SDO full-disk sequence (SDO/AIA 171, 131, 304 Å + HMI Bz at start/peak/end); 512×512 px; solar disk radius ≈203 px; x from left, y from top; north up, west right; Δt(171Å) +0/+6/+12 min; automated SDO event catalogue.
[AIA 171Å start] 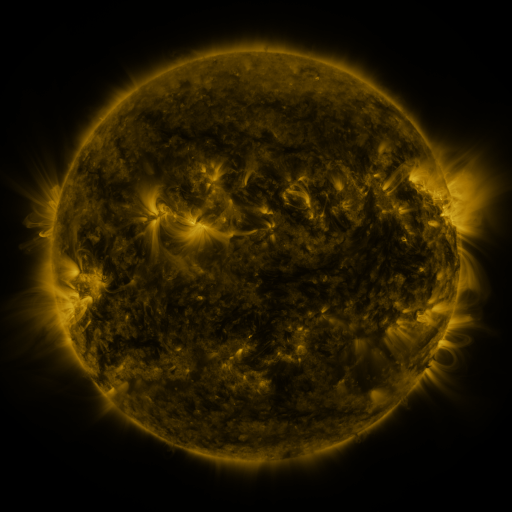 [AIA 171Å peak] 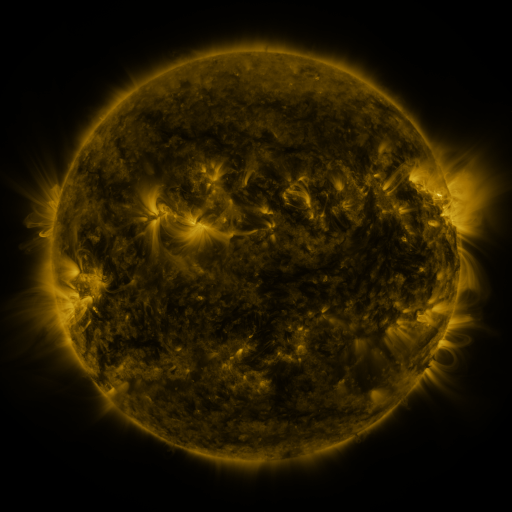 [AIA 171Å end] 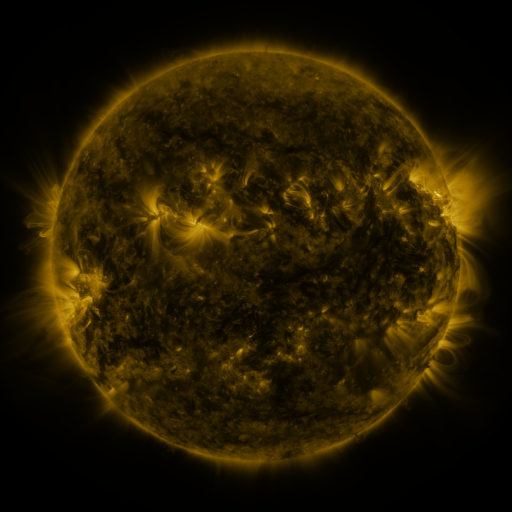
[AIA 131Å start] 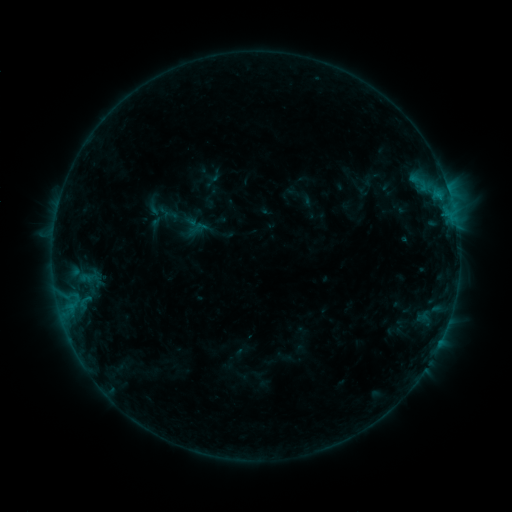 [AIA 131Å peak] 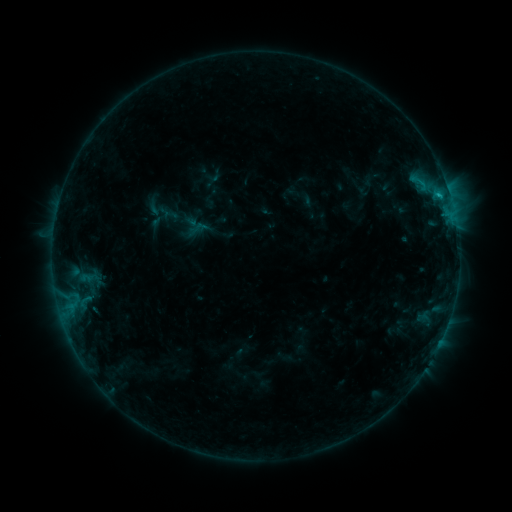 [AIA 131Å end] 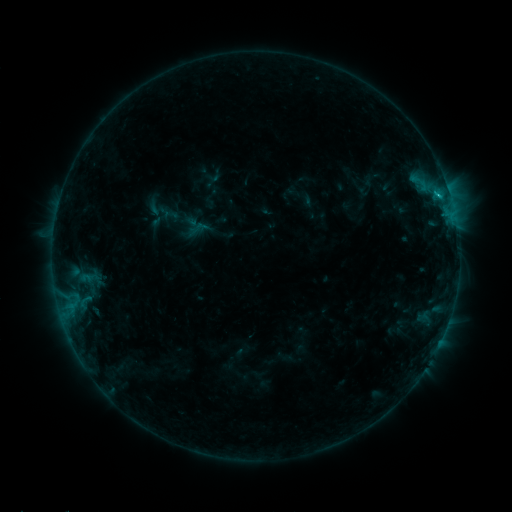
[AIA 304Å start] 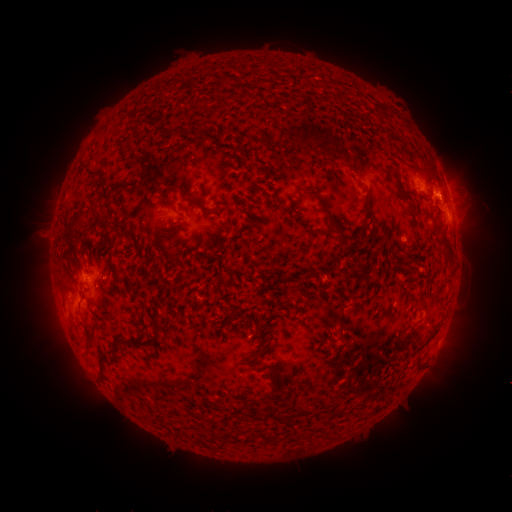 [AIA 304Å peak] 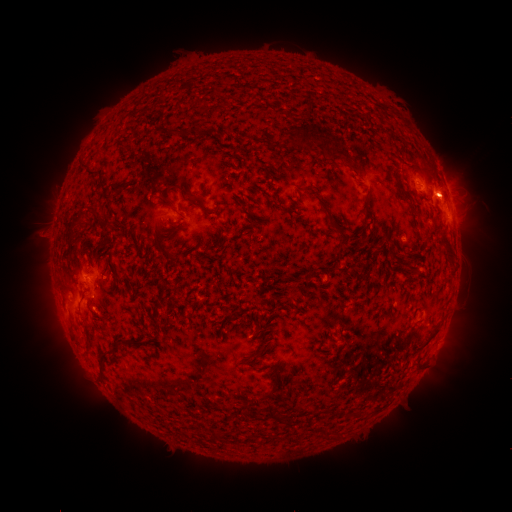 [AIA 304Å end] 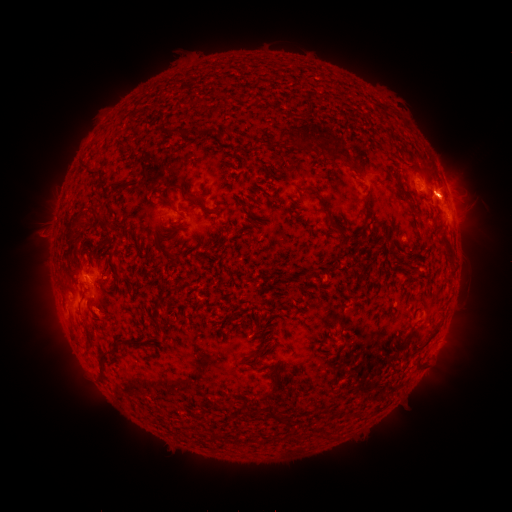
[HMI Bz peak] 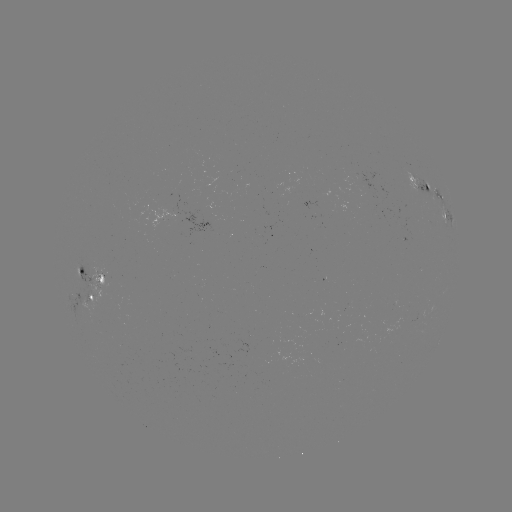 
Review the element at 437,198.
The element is B6.5 flare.